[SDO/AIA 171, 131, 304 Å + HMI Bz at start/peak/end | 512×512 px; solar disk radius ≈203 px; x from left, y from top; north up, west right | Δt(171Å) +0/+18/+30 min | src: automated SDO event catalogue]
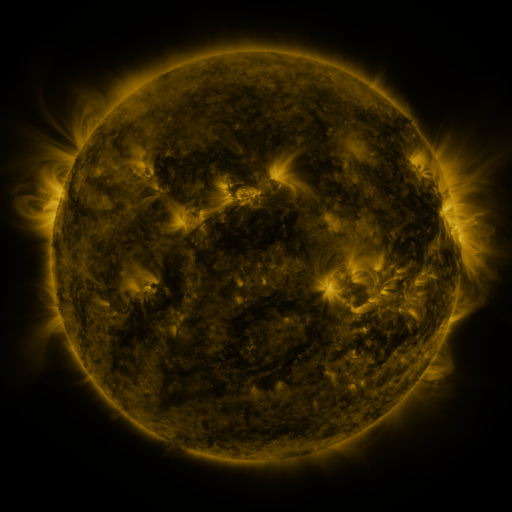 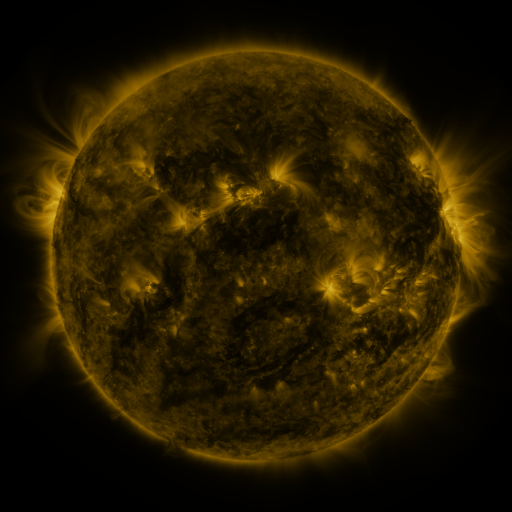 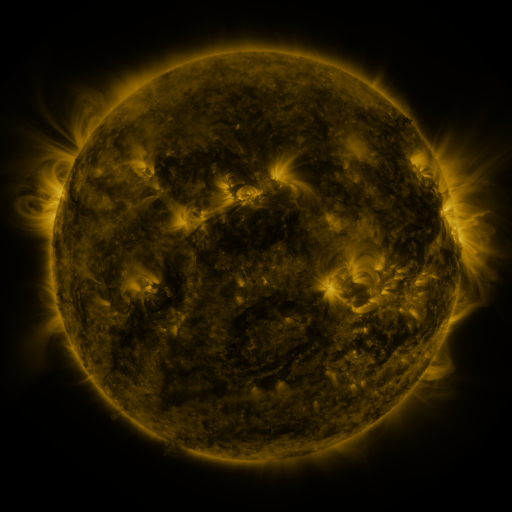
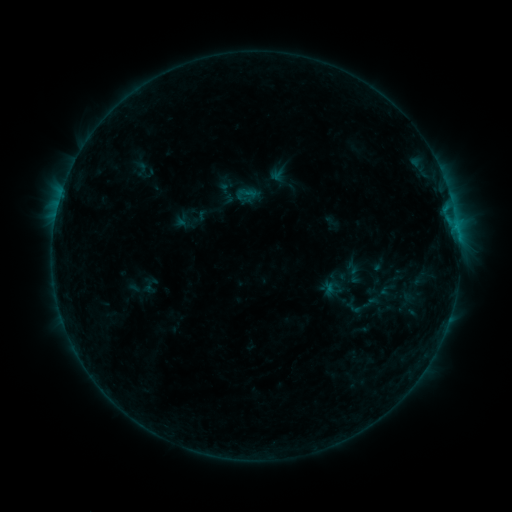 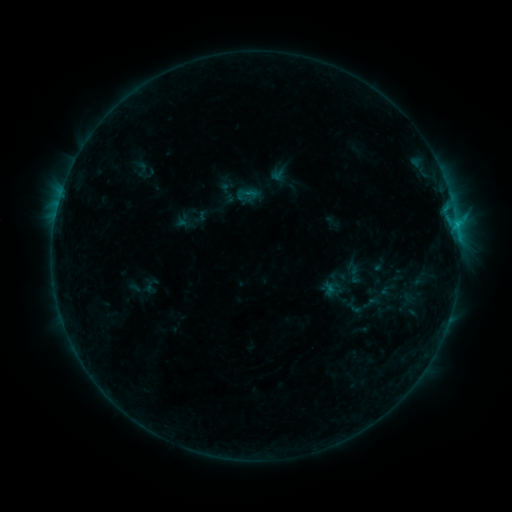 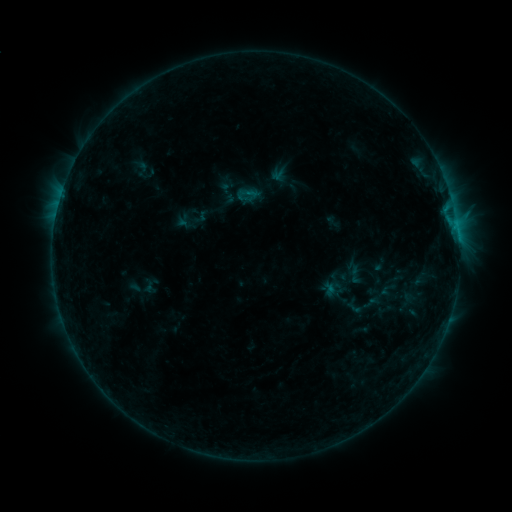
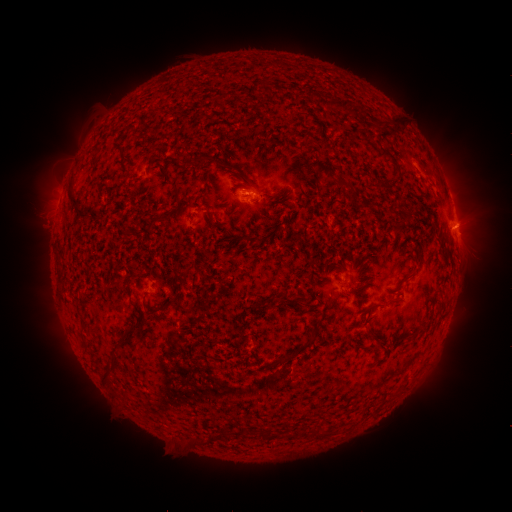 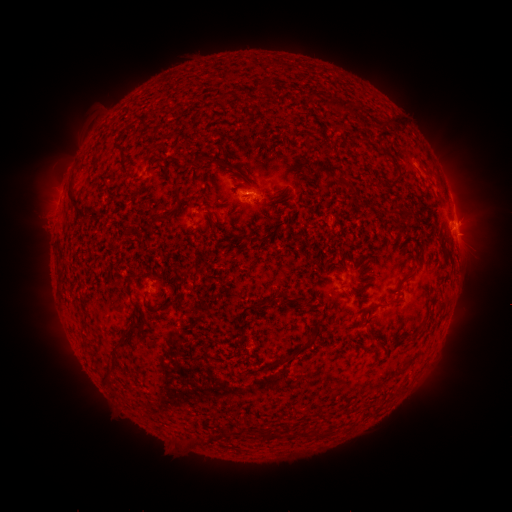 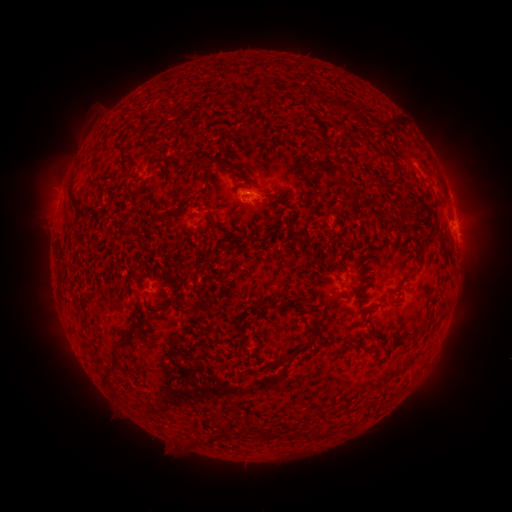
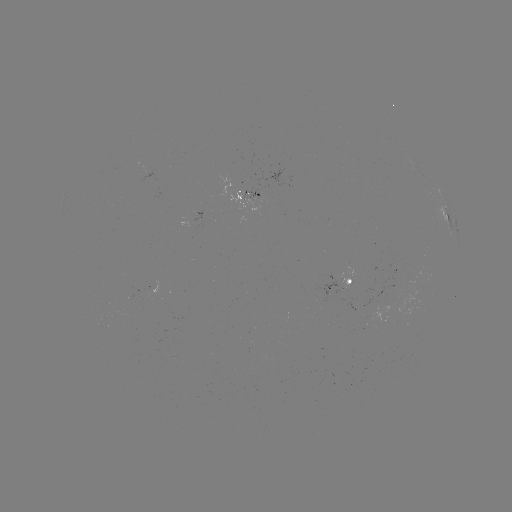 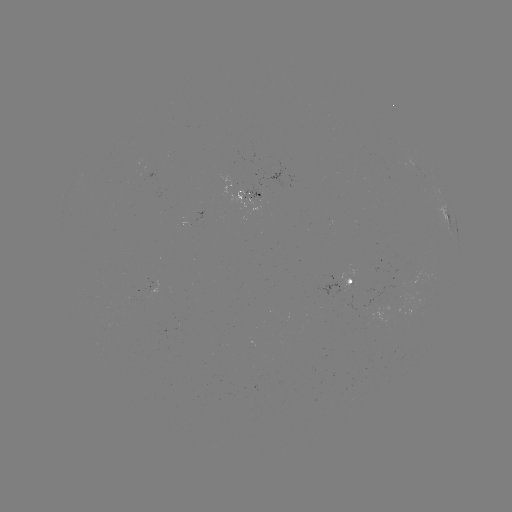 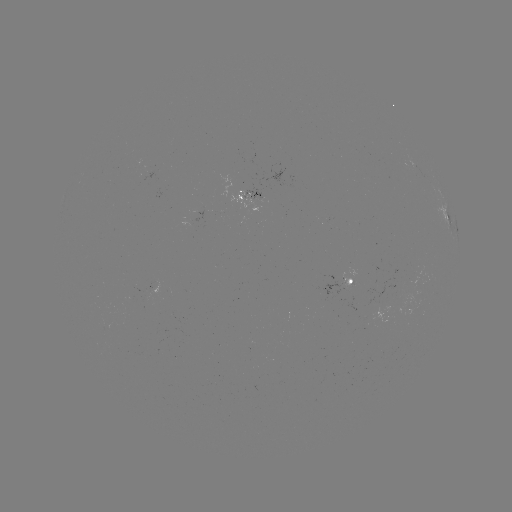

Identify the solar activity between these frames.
B7.1 flare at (457, 227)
